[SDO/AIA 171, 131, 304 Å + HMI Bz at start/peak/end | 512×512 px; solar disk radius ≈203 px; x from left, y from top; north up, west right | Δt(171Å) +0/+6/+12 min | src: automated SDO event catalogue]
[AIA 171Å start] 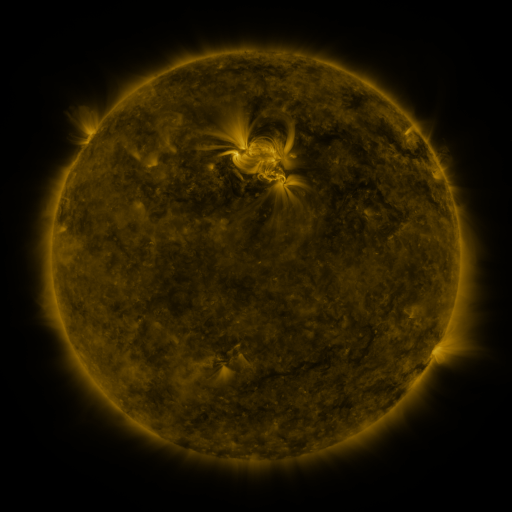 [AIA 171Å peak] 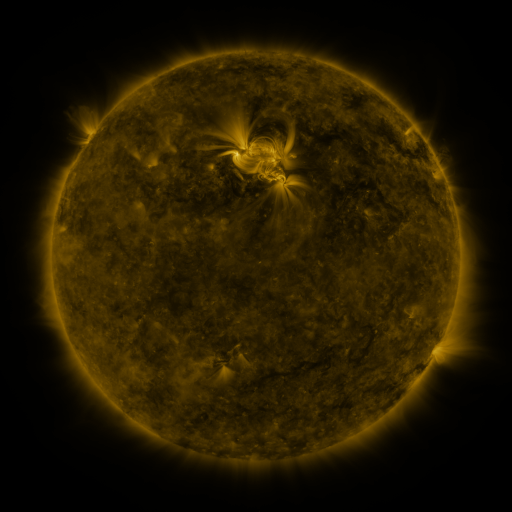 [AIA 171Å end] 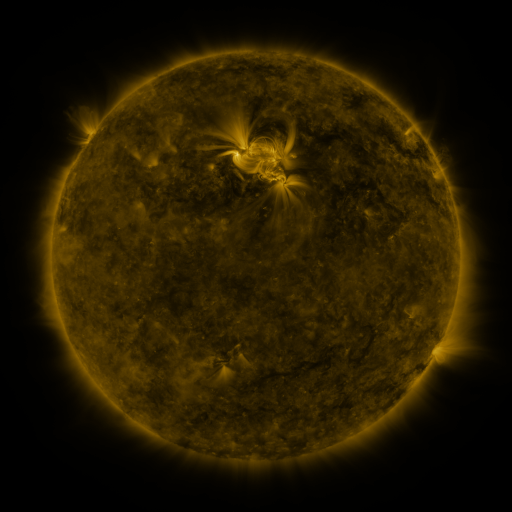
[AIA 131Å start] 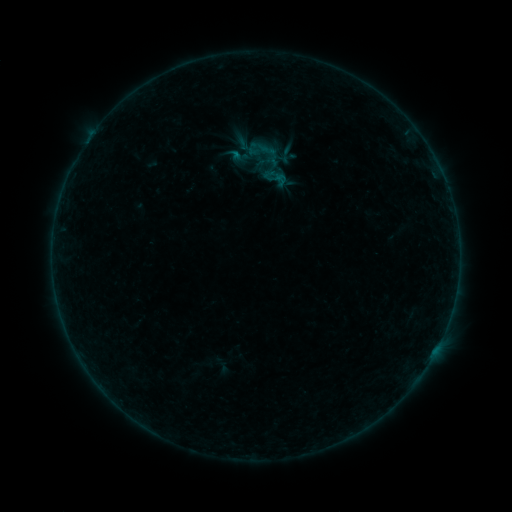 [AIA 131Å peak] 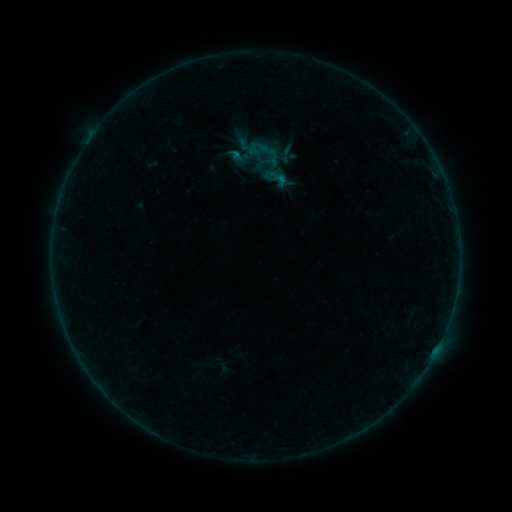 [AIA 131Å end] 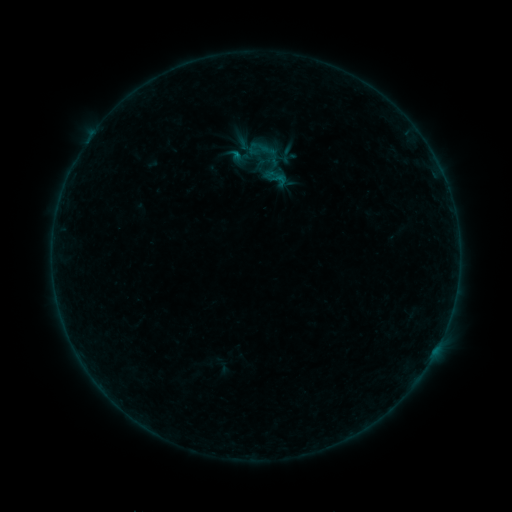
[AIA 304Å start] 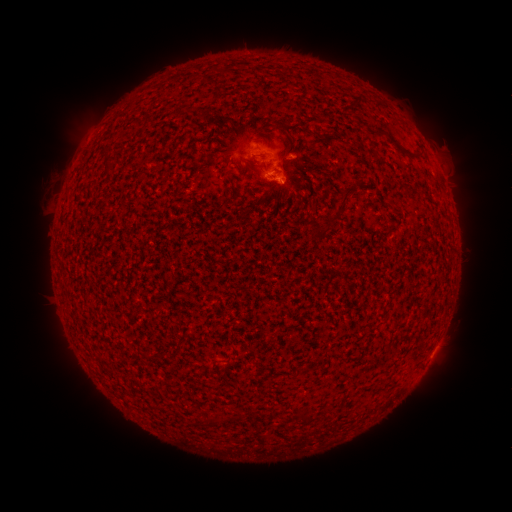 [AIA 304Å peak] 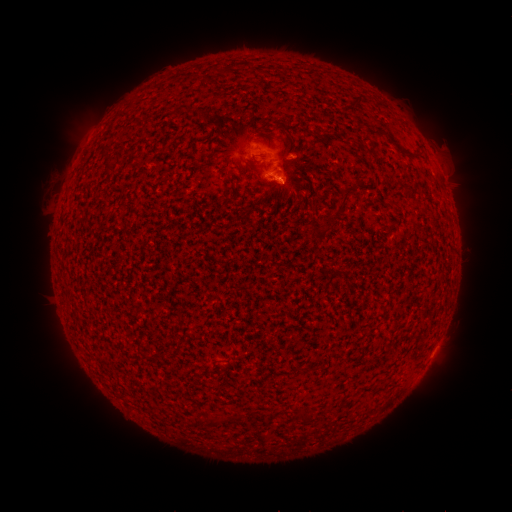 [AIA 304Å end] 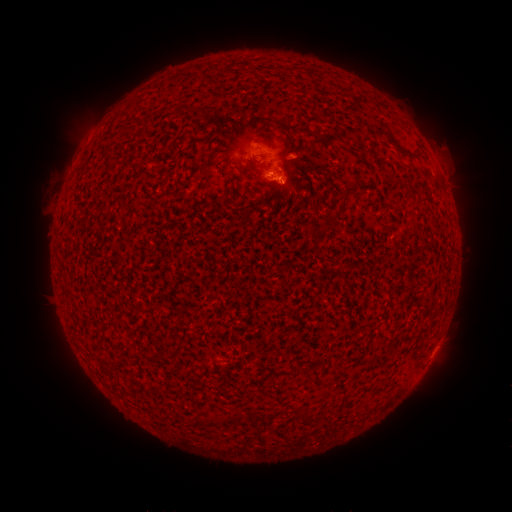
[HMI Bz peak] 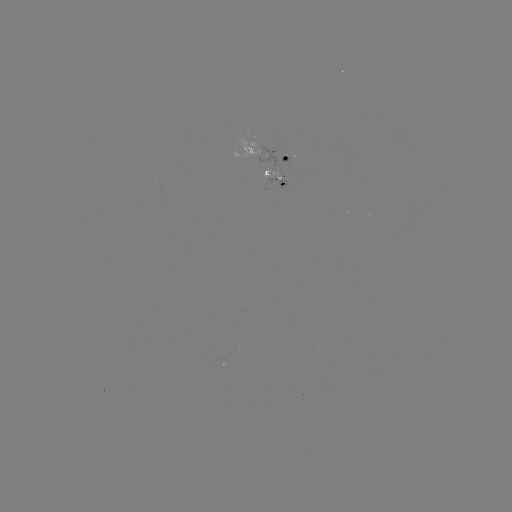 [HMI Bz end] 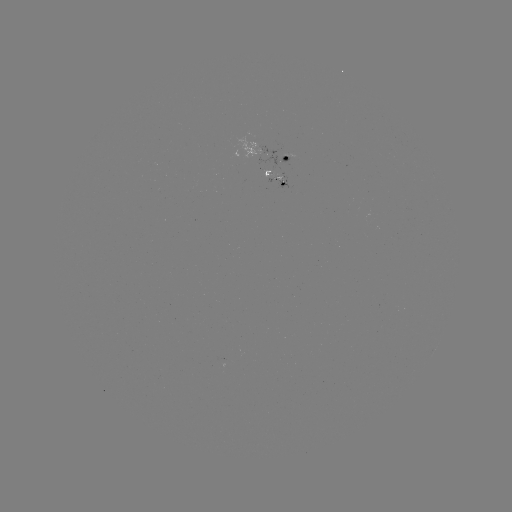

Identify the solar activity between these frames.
B1.5 flare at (279, 179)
